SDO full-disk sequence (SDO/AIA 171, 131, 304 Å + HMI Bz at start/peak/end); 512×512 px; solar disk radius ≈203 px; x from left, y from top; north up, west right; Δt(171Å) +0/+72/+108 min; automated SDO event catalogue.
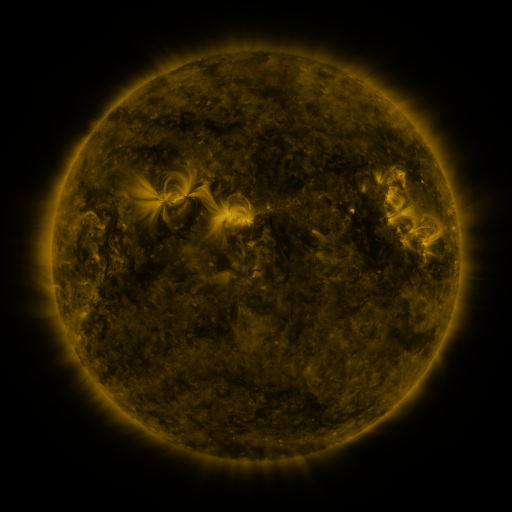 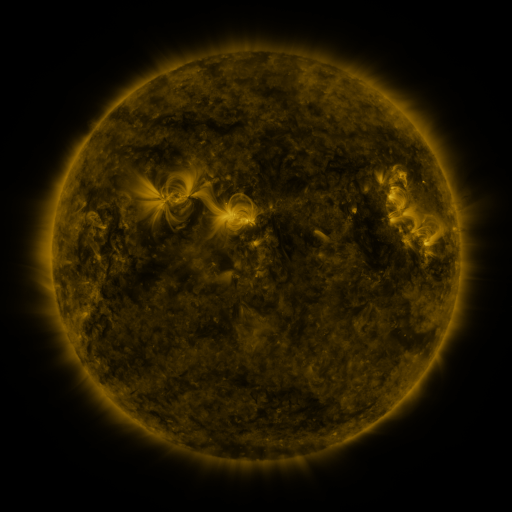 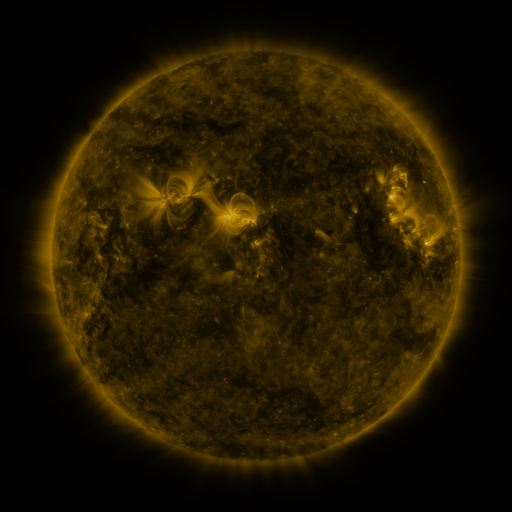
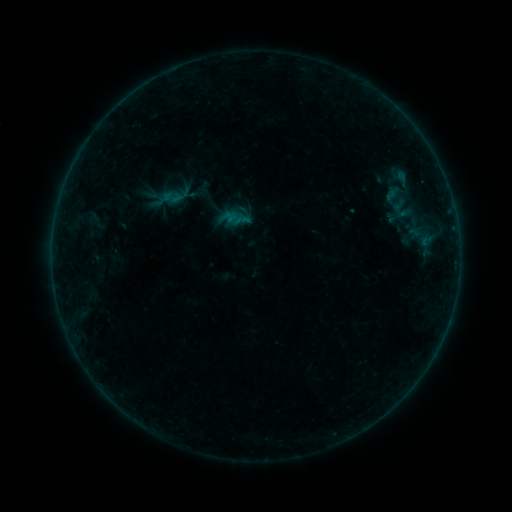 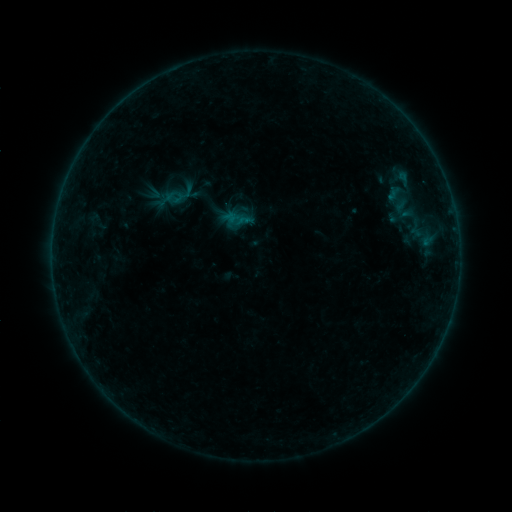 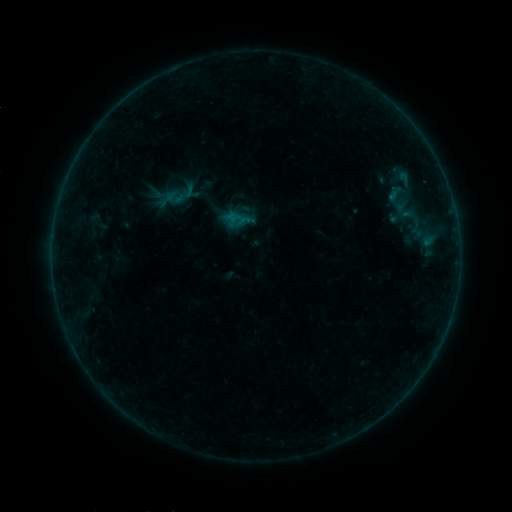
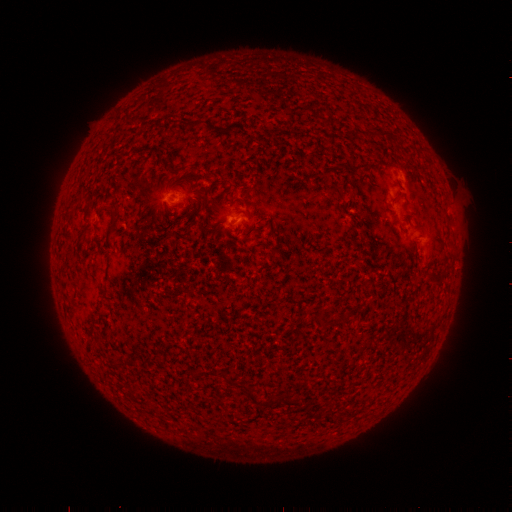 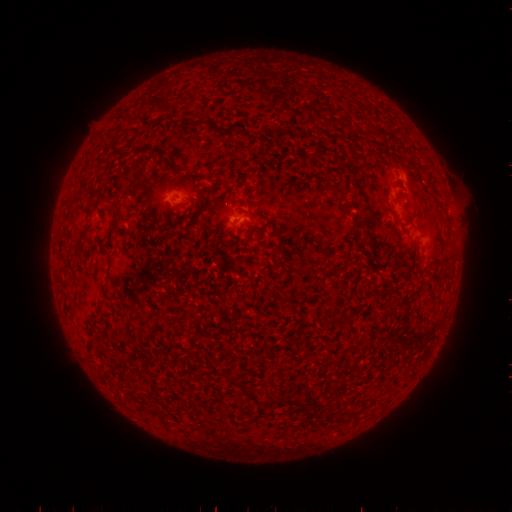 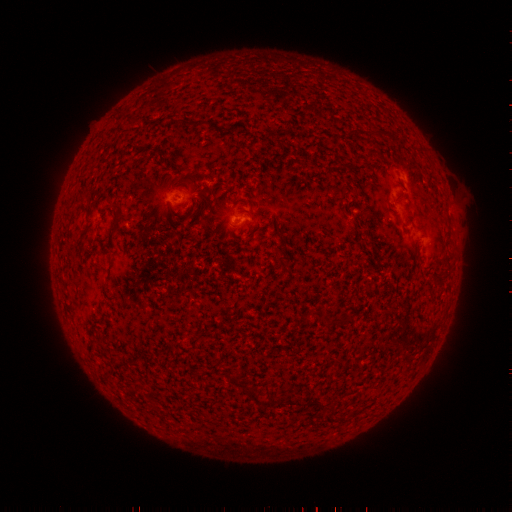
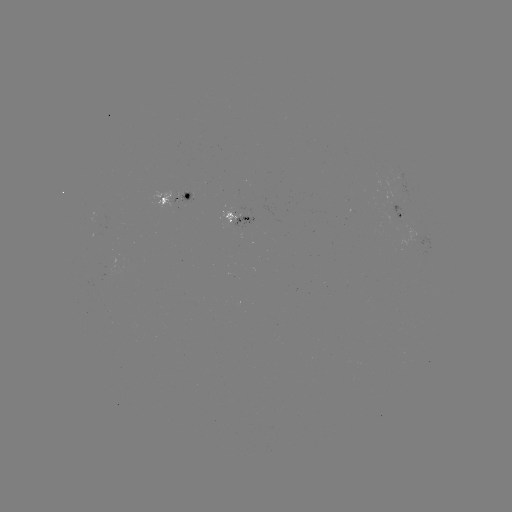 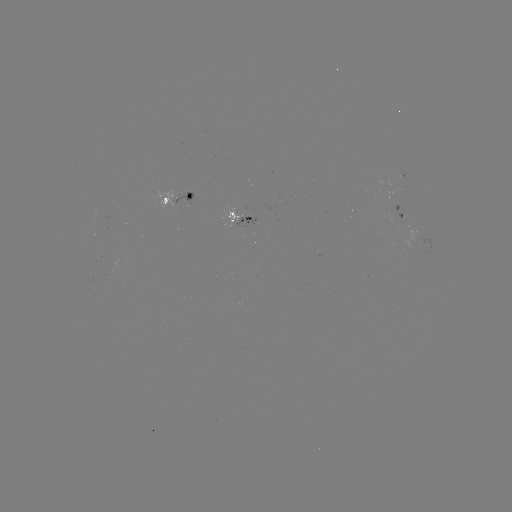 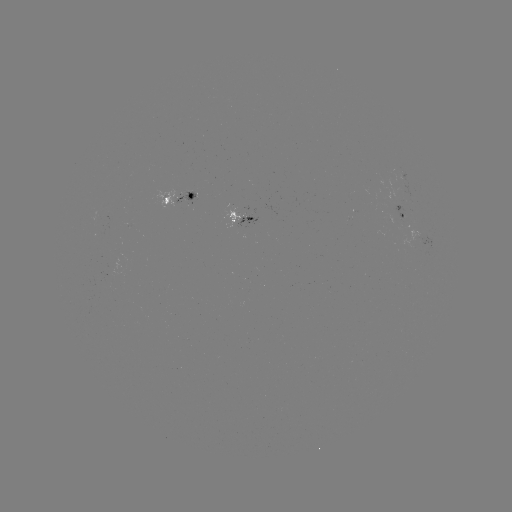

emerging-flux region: [391, 202, 404, 221]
